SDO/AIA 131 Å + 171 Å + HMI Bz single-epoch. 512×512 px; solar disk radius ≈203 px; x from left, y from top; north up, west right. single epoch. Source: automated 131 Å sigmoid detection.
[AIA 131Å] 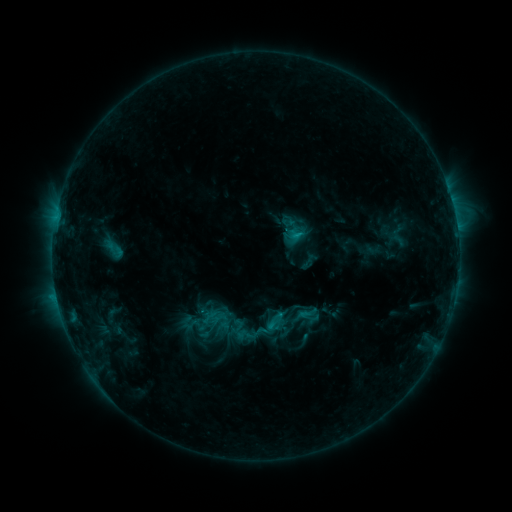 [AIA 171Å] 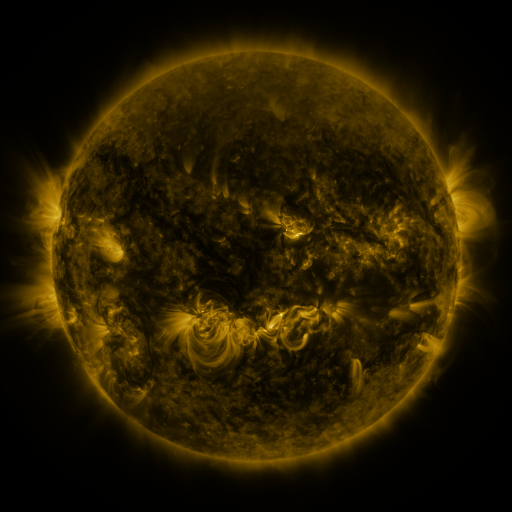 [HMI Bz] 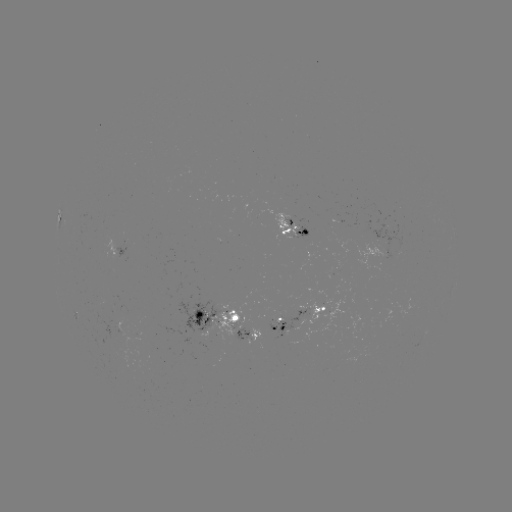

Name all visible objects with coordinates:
sigmoid: <bbox>283, 229, 309, 253</bbox>
sigmoid: <bbox>297, 303, 318, 324</bbox>
